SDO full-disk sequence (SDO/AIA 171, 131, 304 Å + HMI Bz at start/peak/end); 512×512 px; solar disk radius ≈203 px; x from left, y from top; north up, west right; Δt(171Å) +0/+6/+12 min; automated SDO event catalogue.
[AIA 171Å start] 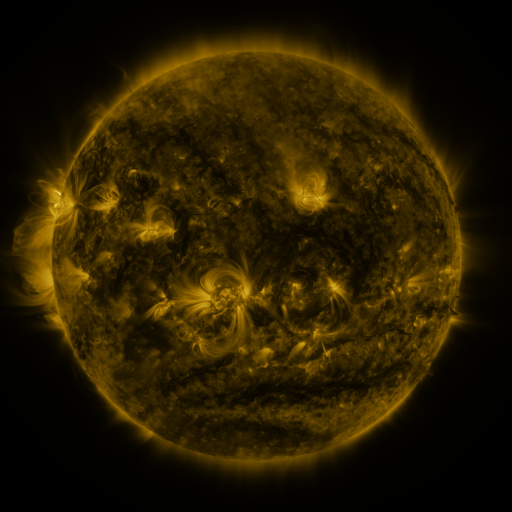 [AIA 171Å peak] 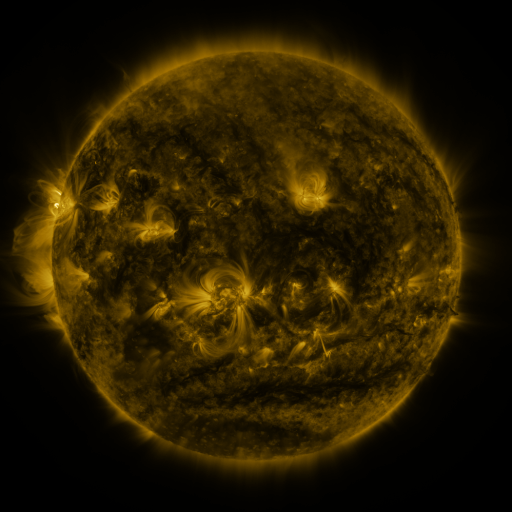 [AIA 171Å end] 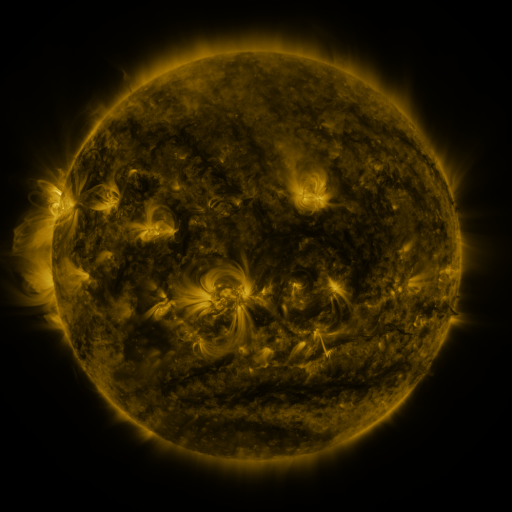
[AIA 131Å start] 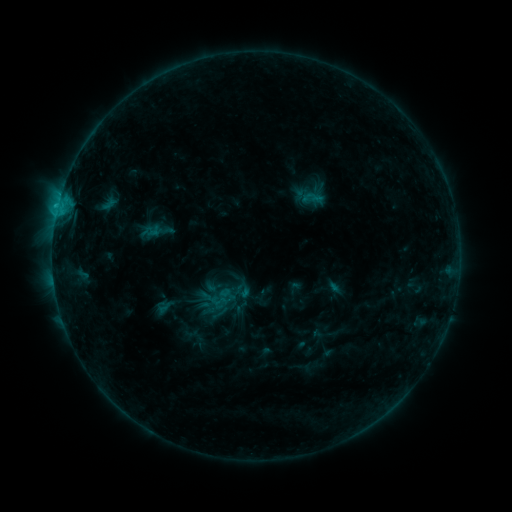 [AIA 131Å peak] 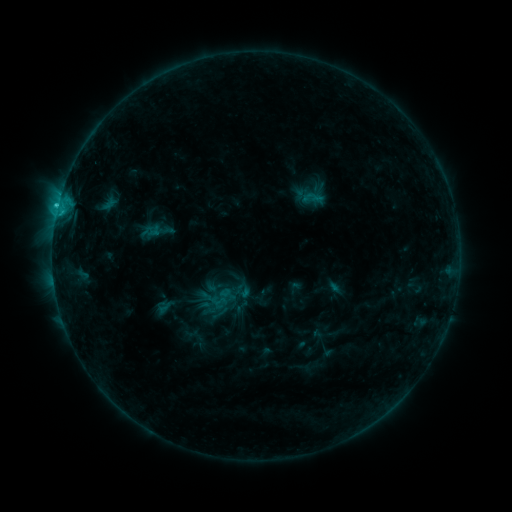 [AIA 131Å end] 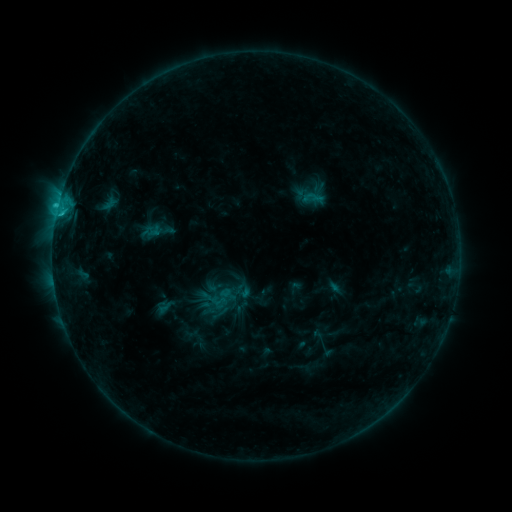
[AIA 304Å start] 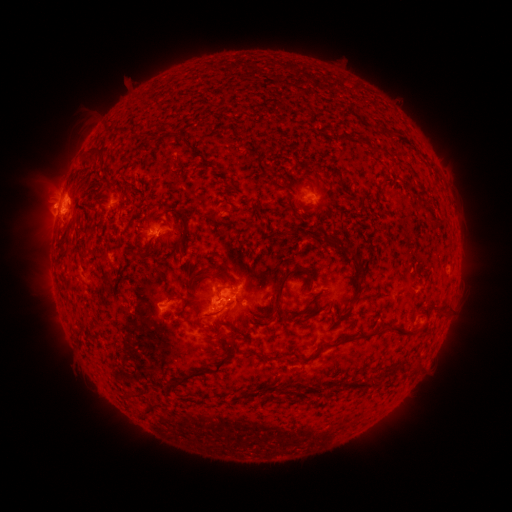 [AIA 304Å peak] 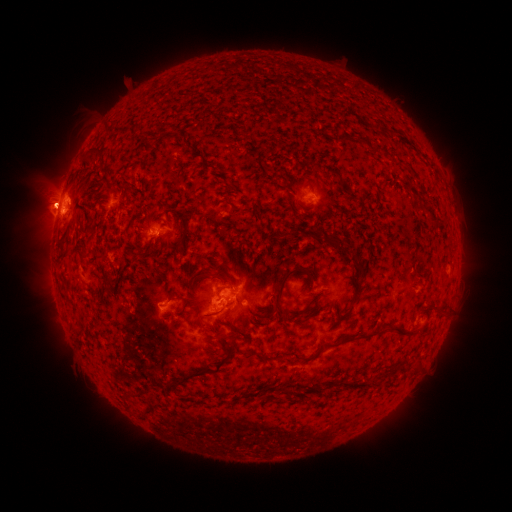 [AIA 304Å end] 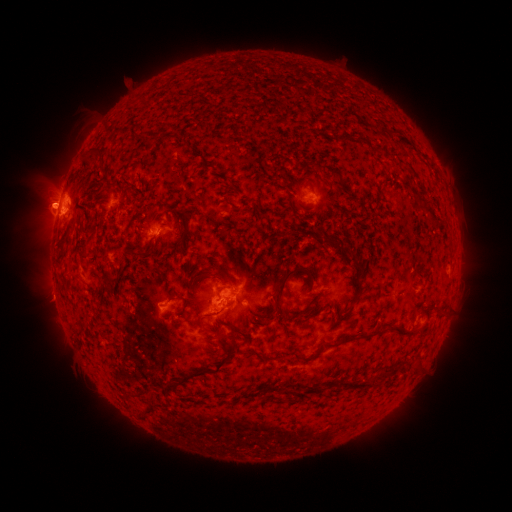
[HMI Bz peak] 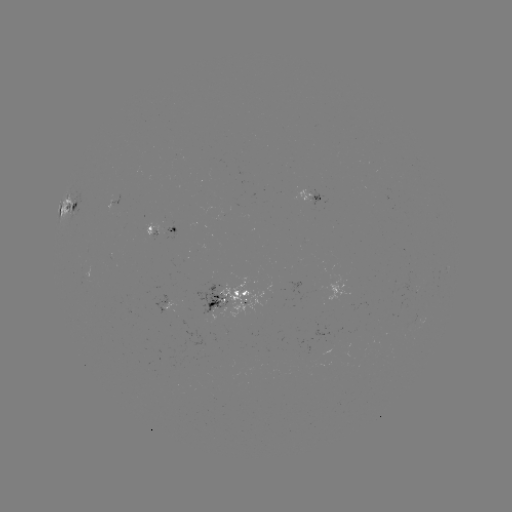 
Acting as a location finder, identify eruption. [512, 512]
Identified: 44,205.